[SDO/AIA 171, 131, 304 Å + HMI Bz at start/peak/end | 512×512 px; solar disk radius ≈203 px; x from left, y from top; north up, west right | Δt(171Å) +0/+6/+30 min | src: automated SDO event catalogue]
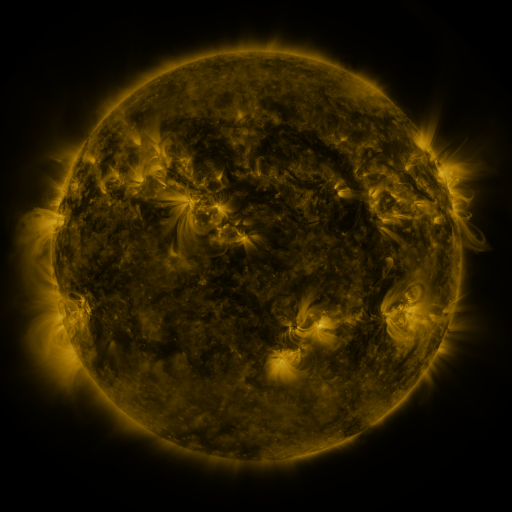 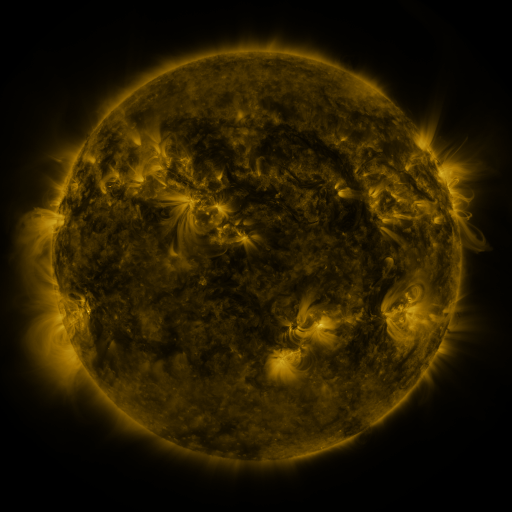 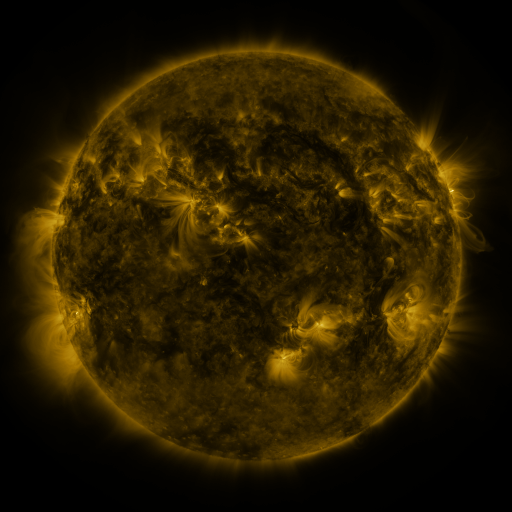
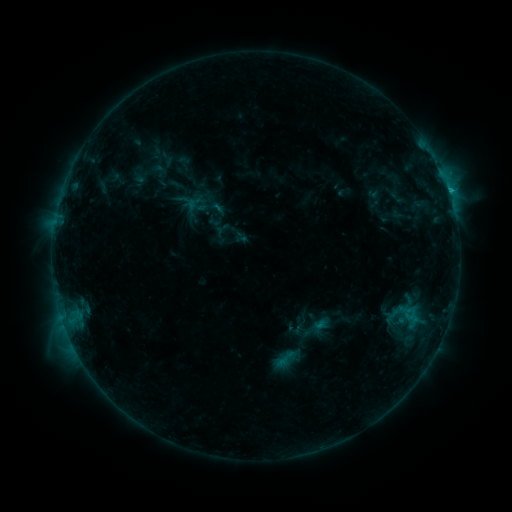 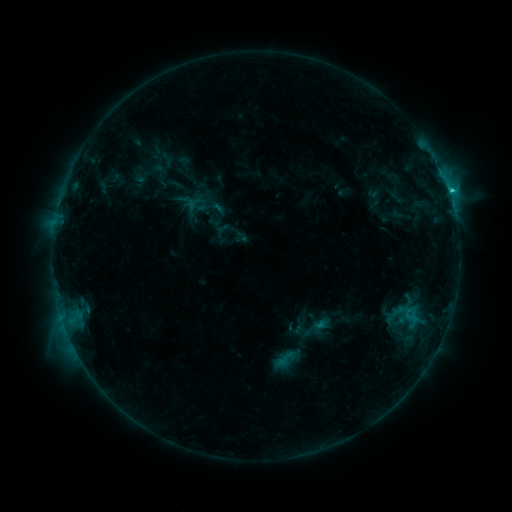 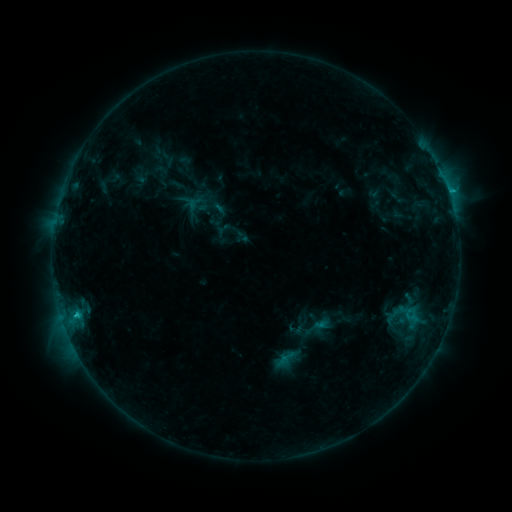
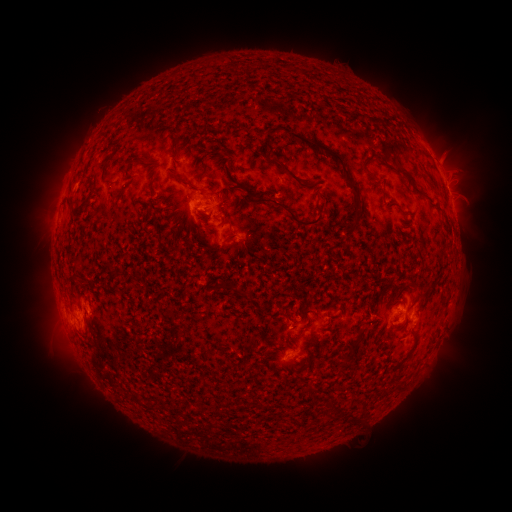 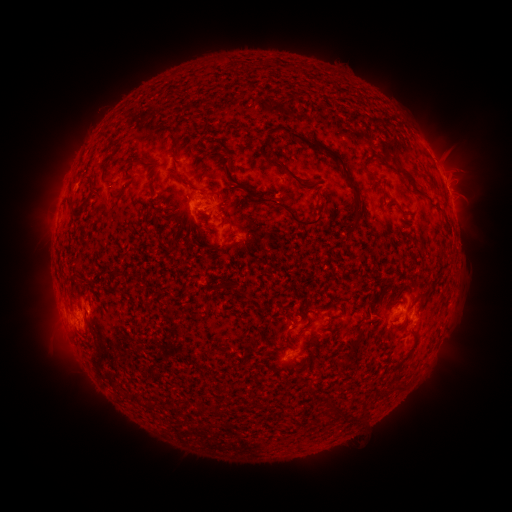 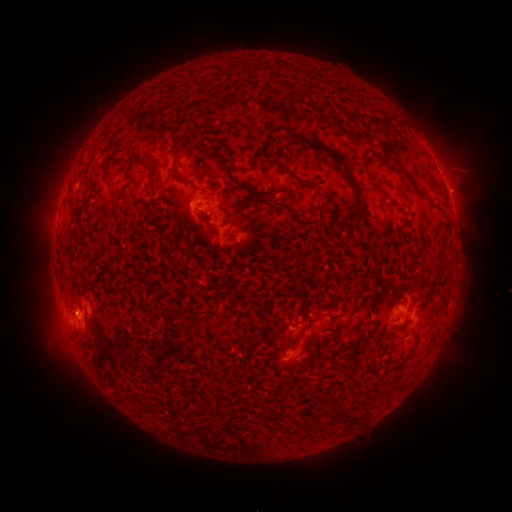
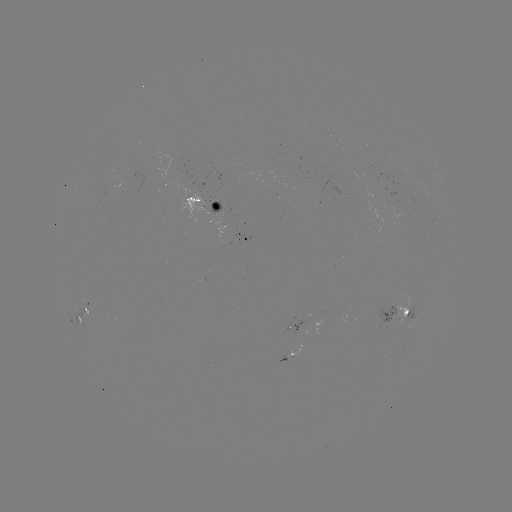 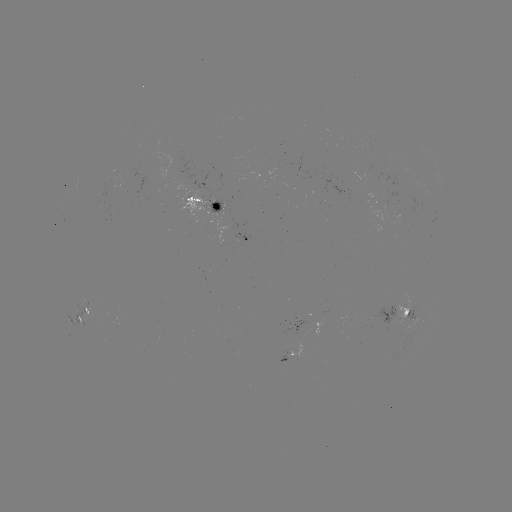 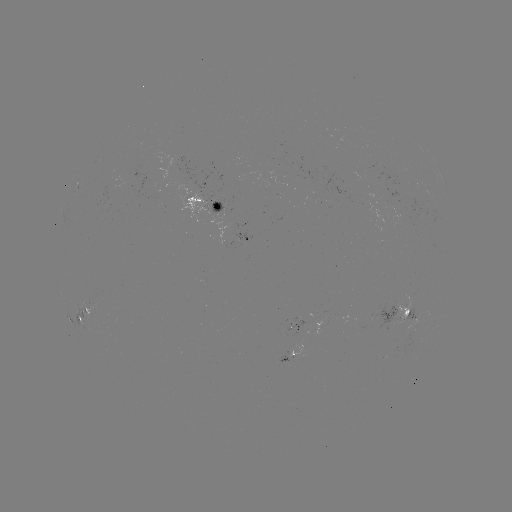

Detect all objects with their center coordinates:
C1.5 flare: (449, 193)
